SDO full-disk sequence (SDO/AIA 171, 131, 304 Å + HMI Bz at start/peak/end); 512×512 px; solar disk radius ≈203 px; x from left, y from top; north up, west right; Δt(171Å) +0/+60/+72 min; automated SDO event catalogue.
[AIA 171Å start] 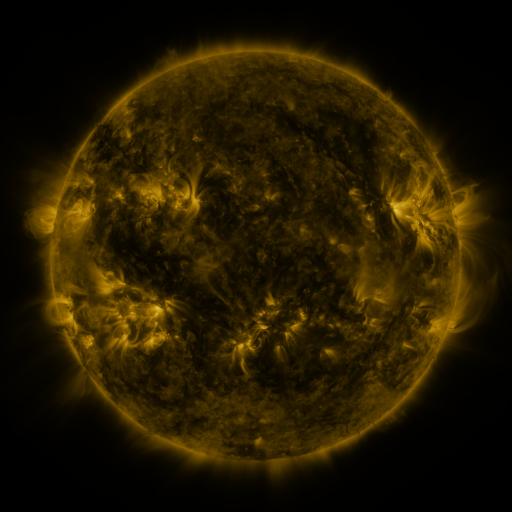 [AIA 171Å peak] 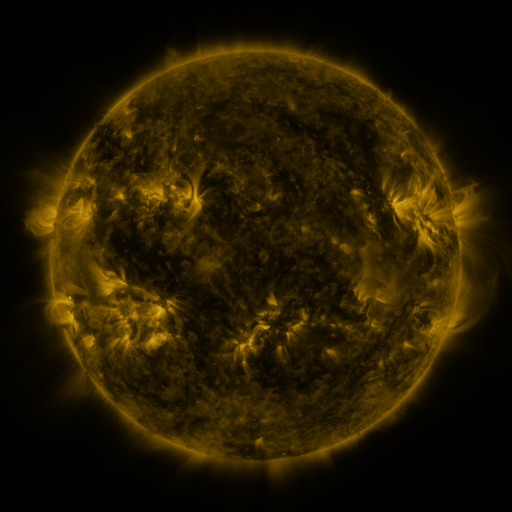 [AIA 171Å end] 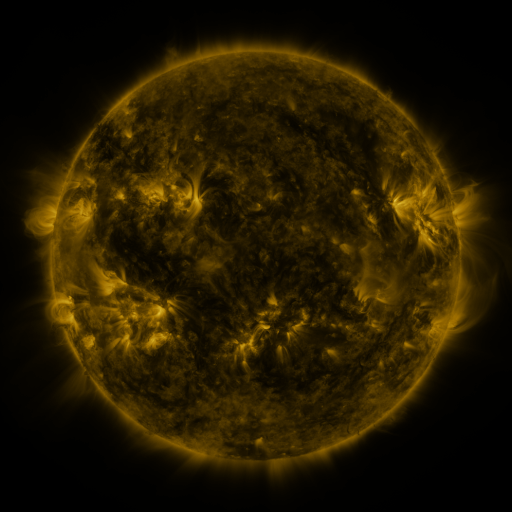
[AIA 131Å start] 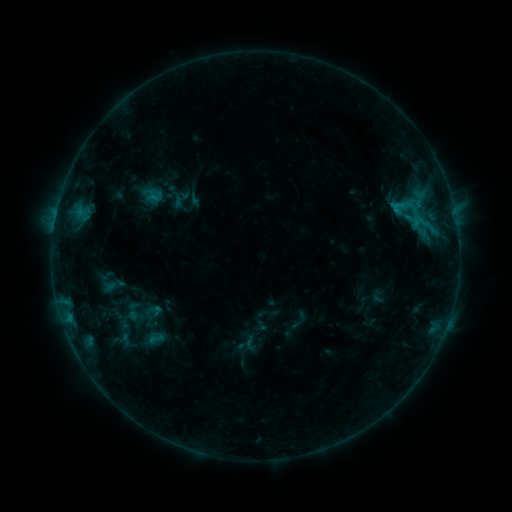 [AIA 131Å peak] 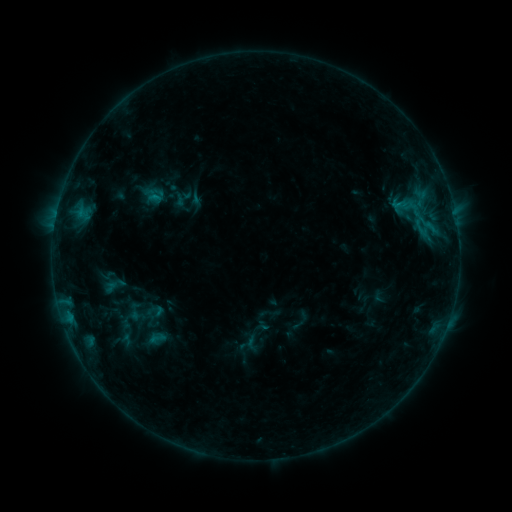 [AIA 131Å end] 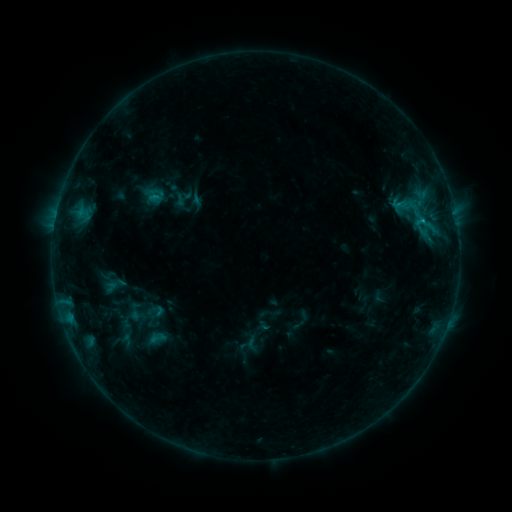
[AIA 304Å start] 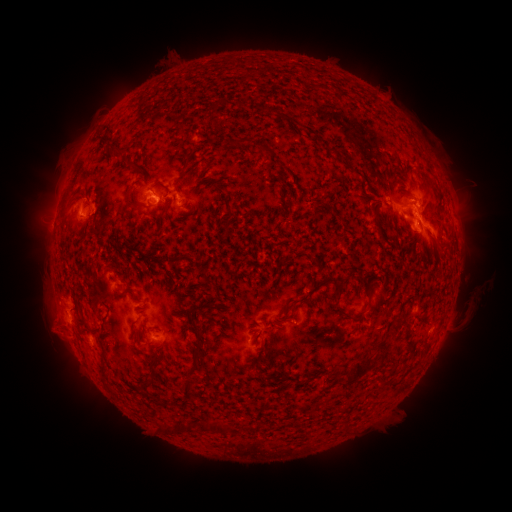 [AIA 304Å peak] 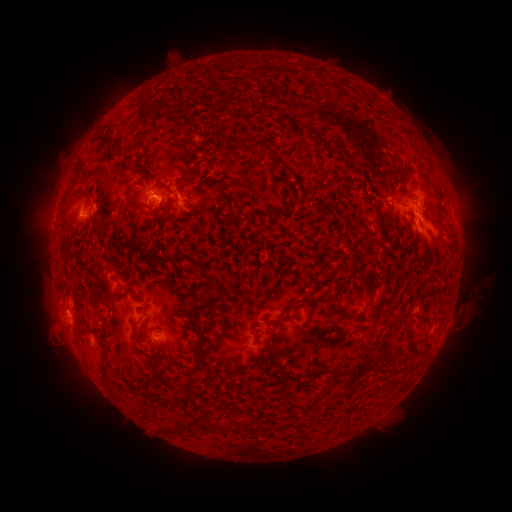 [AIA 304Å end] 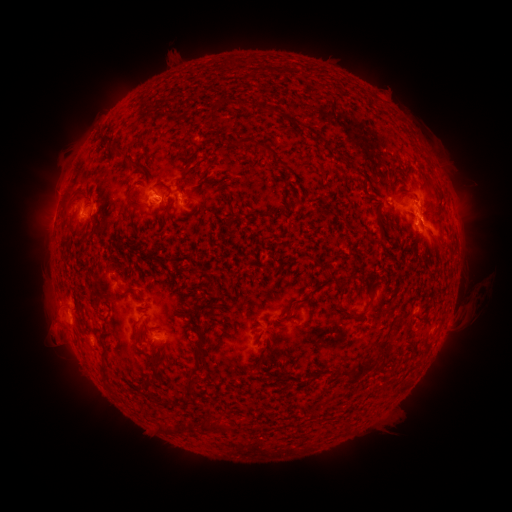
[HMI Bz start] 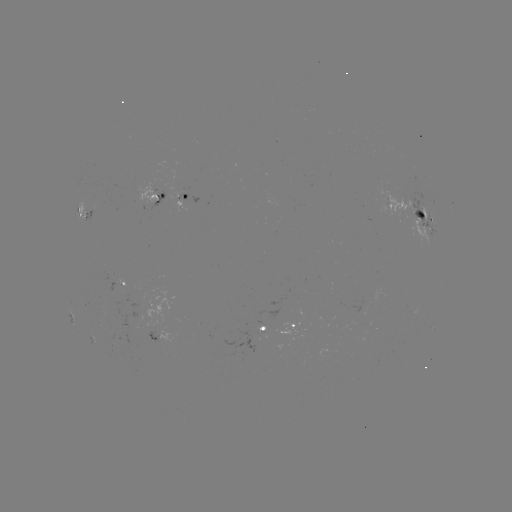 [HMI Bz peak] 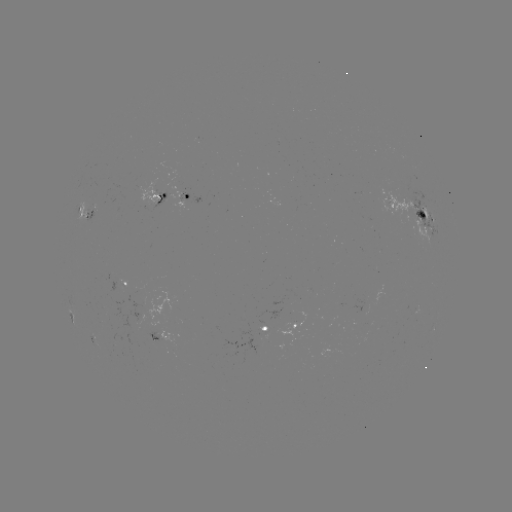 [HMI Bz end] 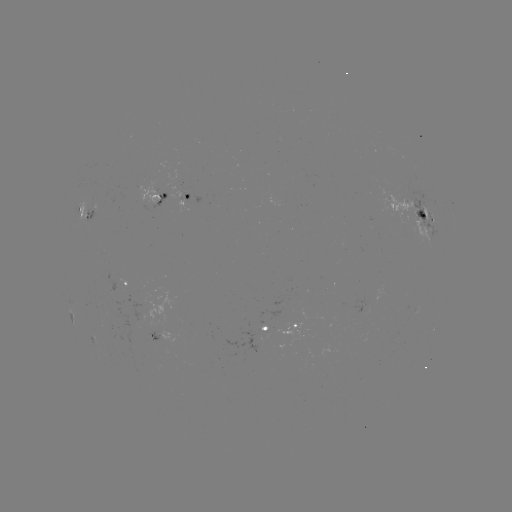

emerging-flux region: [376, 189, 421, 220]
